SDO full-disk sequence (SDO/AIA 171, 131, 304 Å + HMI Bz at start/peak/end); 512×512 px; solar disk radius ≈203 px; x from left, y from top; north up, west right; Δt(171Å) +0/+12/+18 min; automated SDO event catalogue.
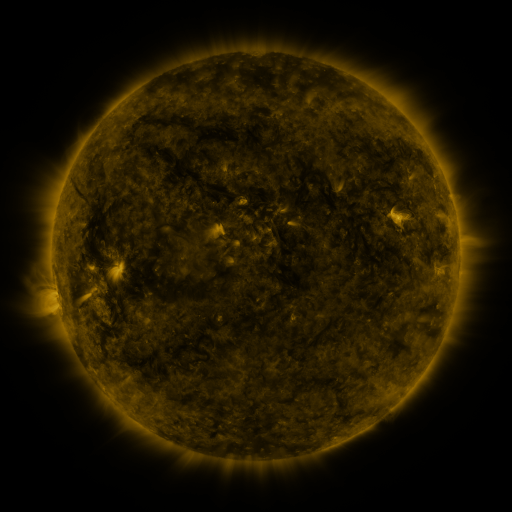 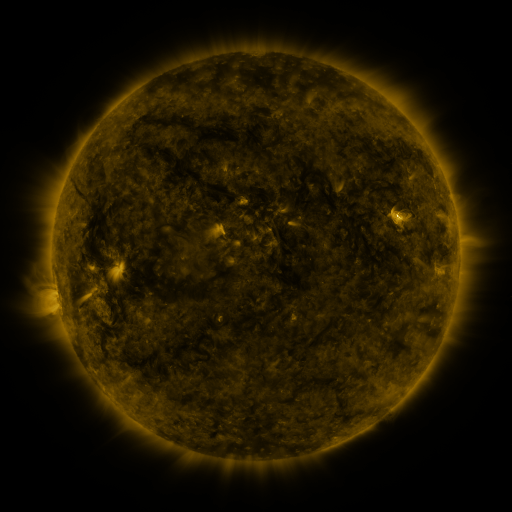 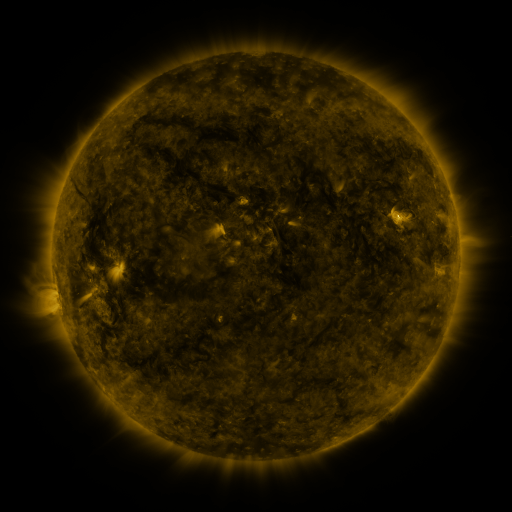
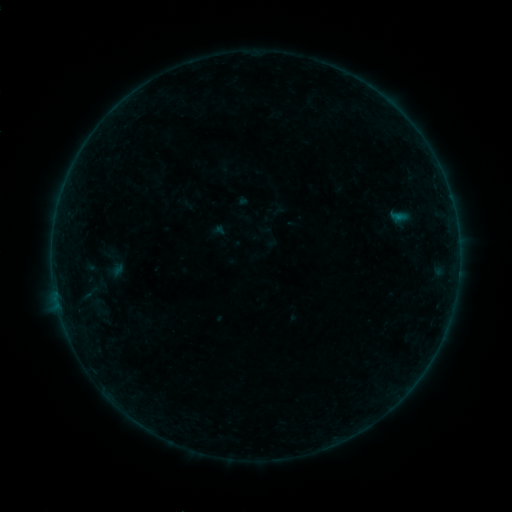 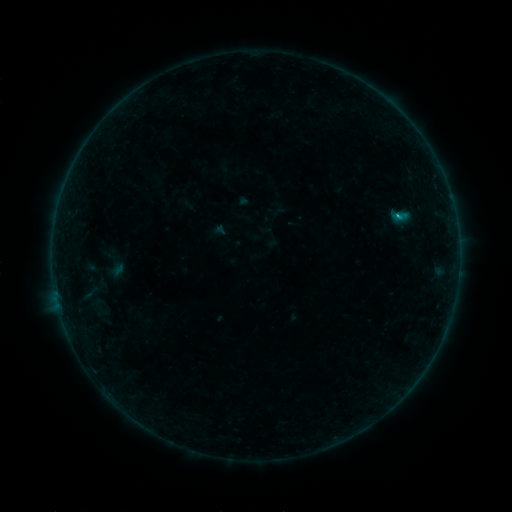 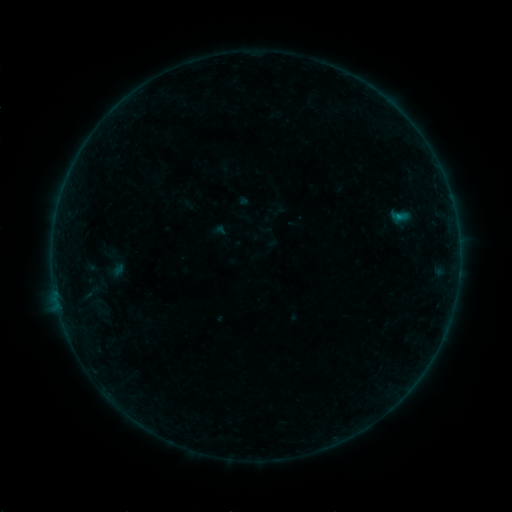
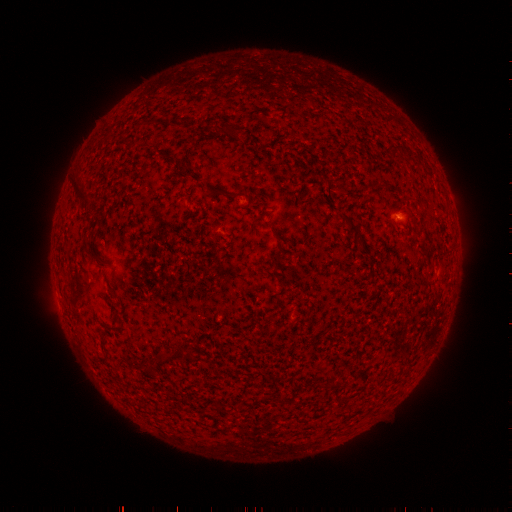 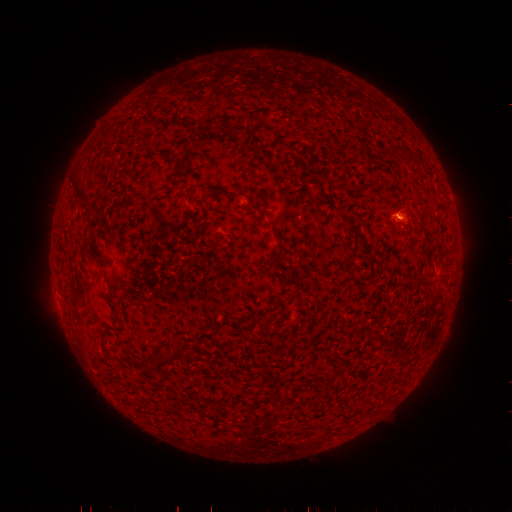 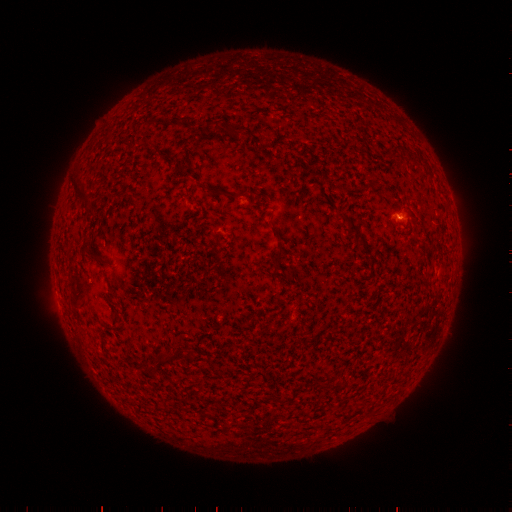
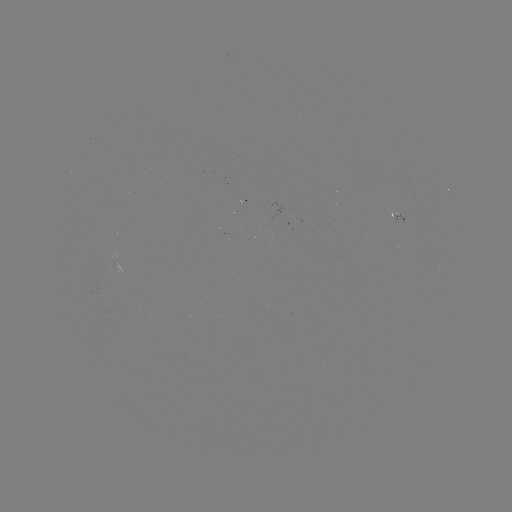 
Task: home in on B8.3 flare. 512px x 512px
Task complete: [395, 218].